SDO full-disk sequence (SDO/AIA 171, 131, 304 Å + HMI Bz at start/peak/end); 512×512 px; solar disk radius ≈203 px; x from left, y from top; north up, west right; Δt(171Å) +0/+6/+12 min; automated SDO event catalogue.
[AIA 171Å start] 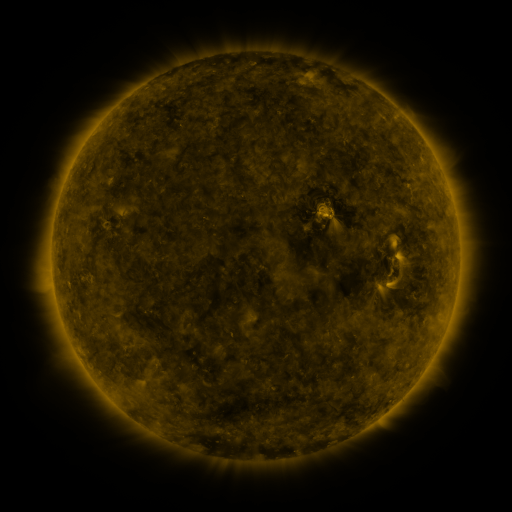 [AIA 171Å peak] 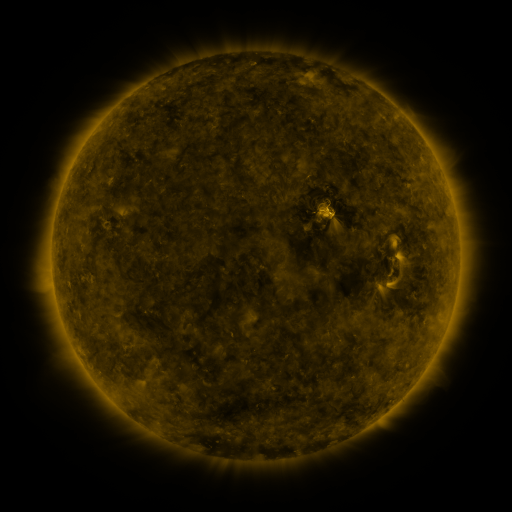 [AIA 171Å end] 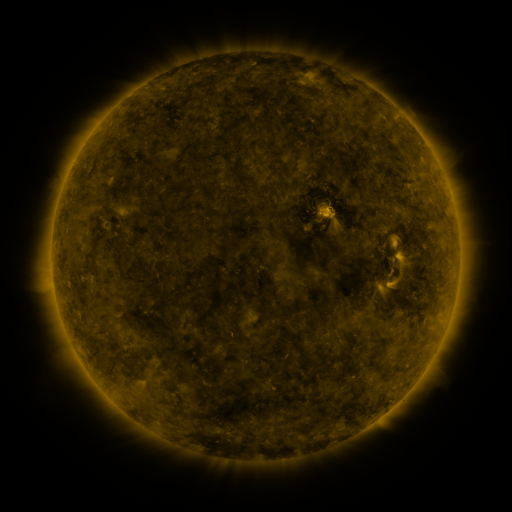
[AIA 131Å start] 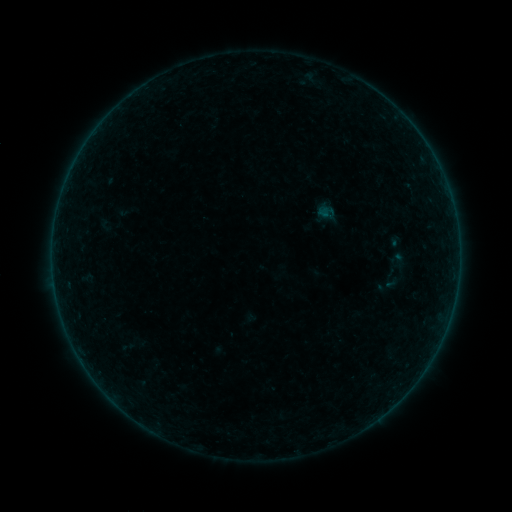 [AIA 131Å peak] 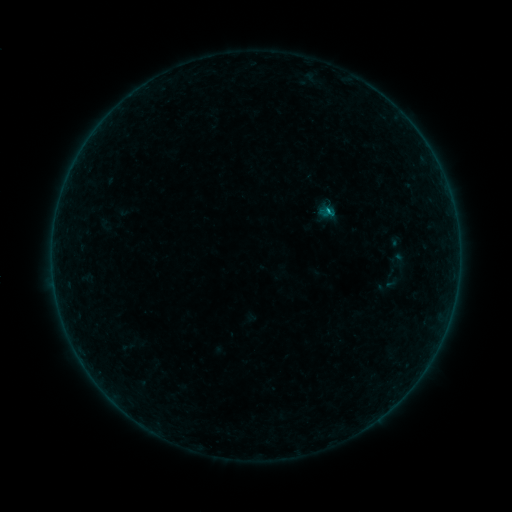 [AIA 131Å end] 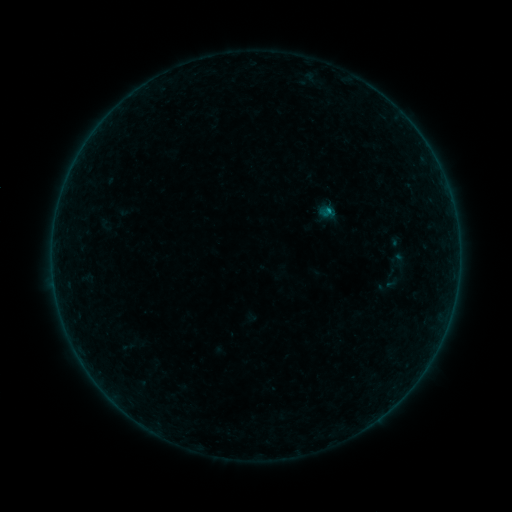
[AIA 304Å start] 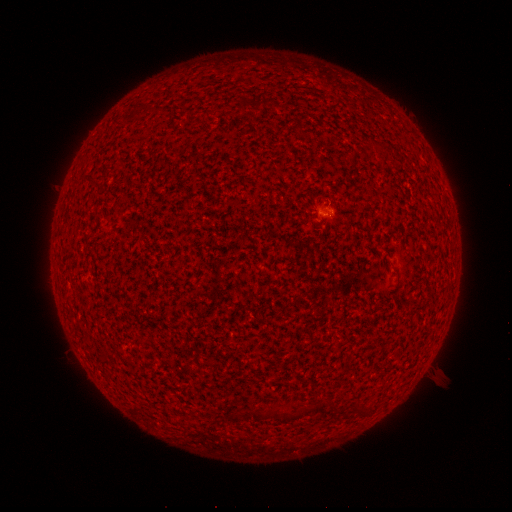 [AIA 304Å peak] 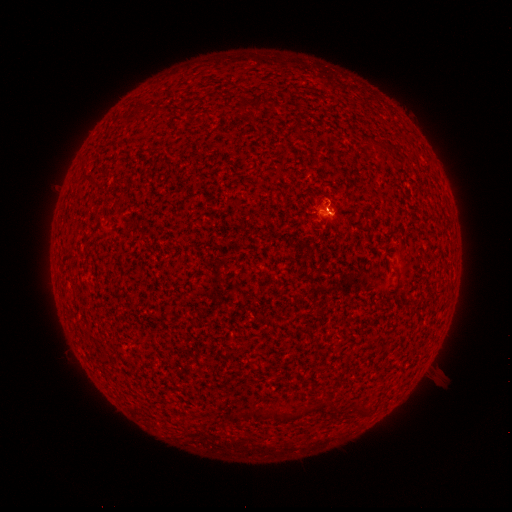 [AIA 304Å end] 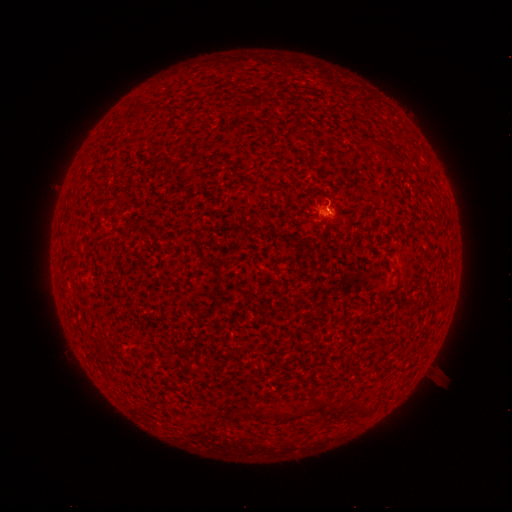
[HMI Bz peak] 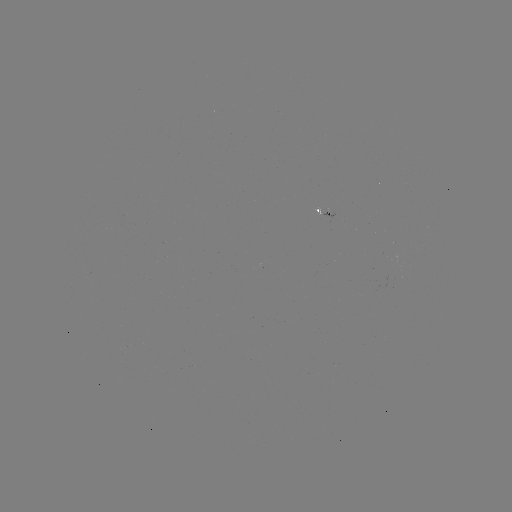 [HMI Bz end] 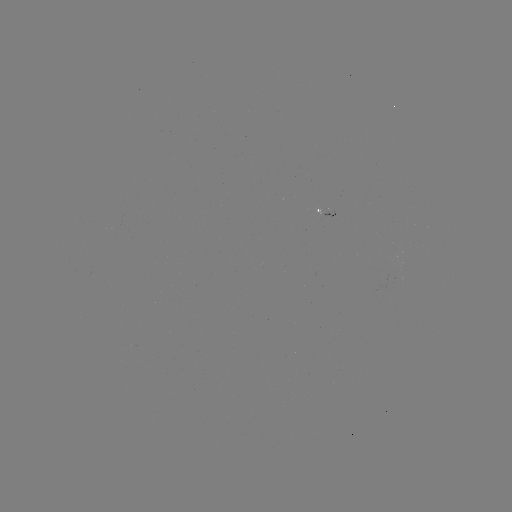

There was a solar flare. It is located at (328, 213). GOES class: B2.8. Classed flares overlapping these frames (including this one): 1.